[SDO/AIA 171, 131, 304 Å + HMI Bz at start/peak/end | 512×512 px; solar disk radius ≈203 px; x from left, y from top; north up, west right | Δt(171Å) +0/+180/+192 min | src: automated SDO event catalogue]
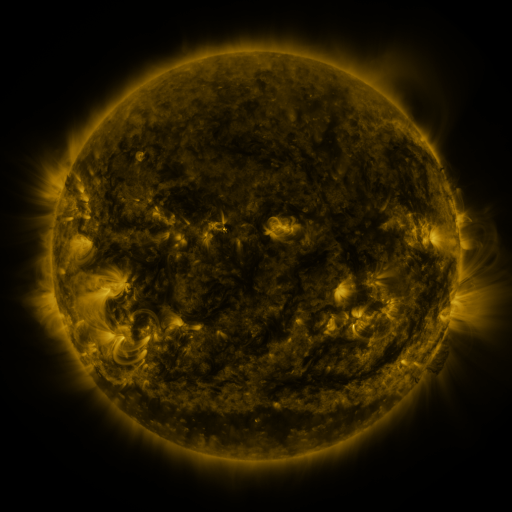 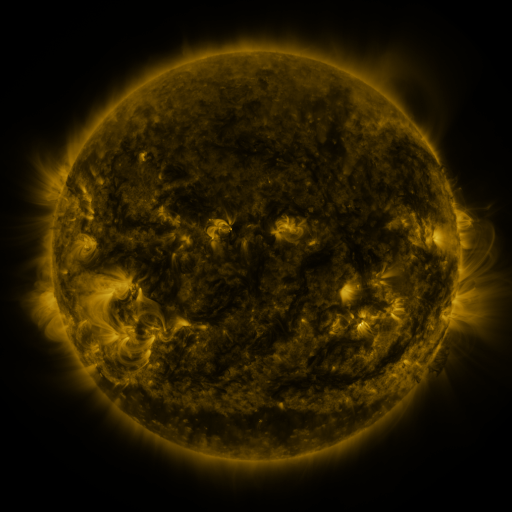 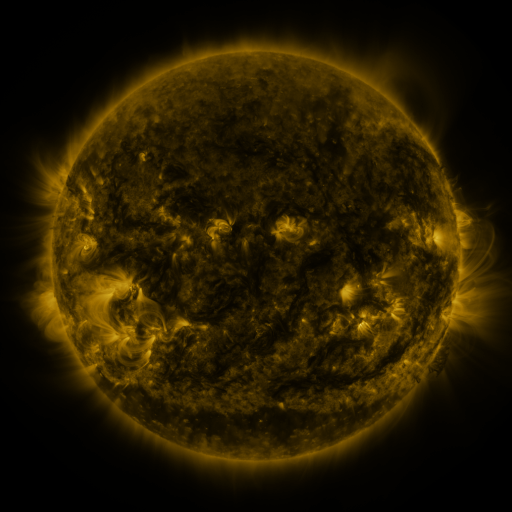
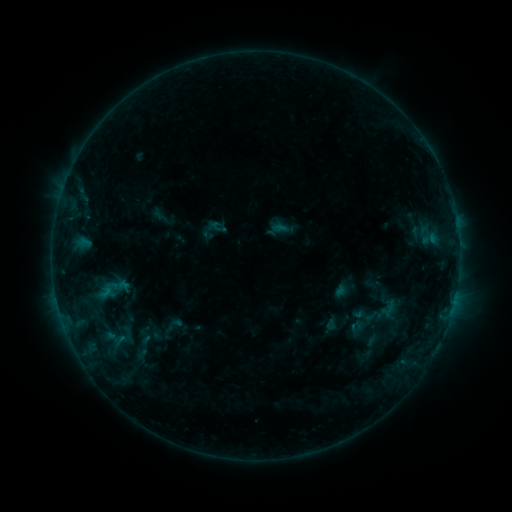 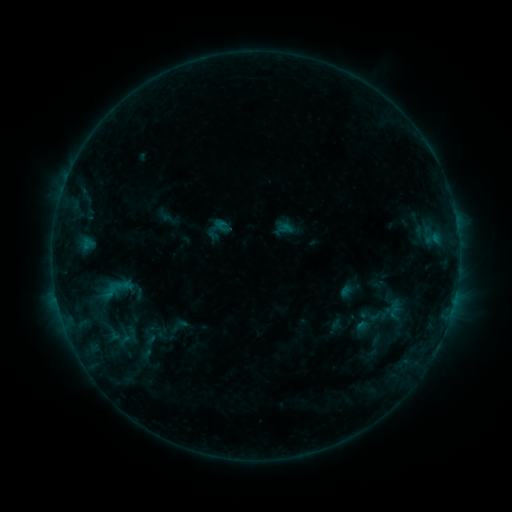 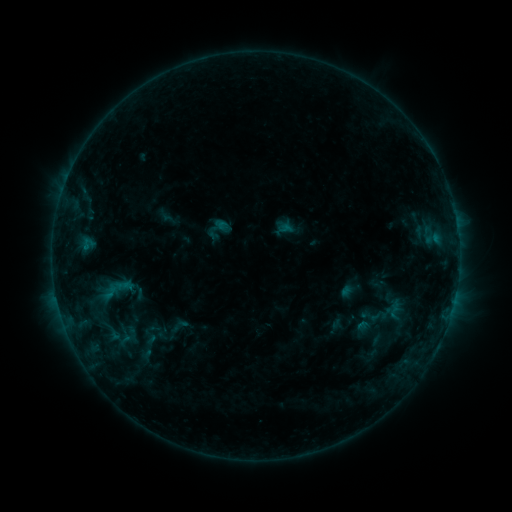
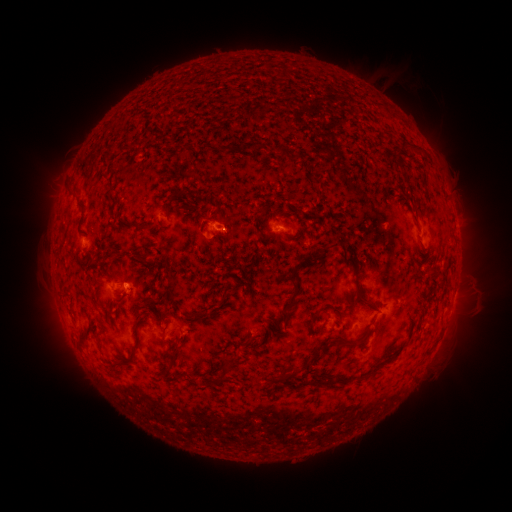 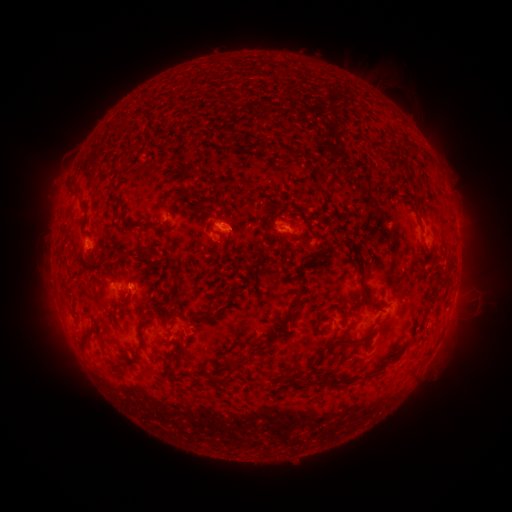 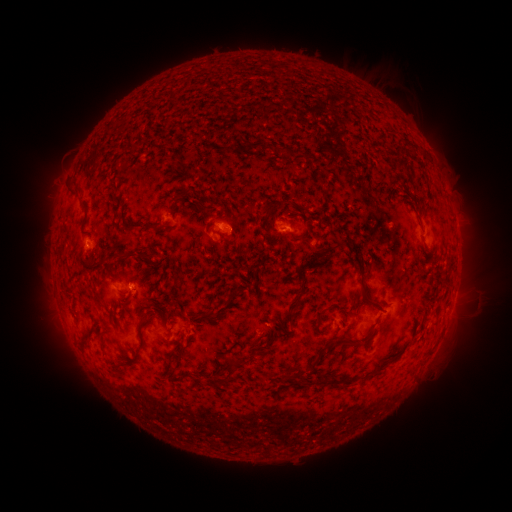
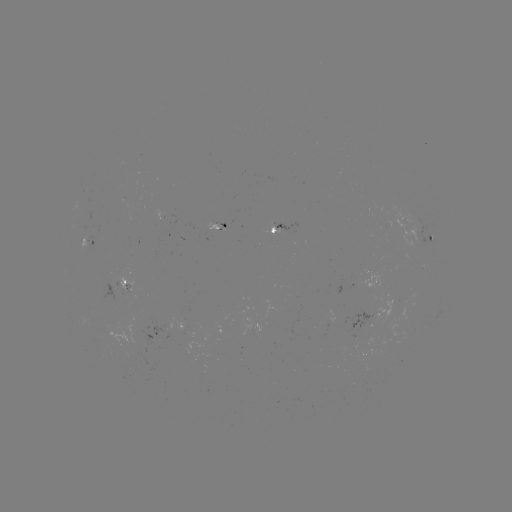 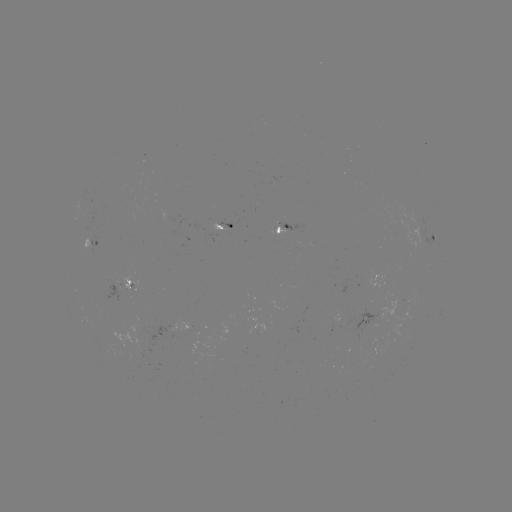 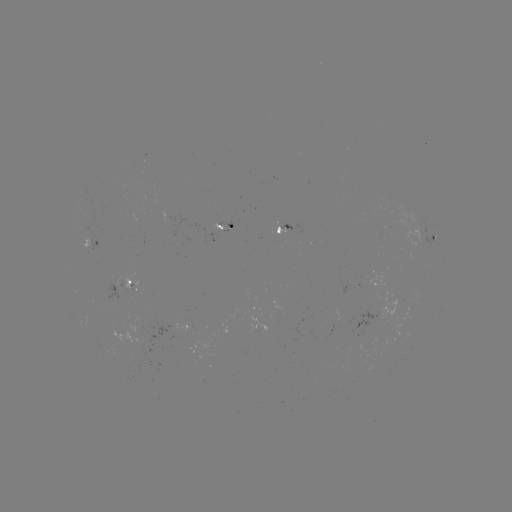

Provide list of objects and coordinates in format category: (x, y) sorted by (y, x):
emerging-flux region: (229, 227)
